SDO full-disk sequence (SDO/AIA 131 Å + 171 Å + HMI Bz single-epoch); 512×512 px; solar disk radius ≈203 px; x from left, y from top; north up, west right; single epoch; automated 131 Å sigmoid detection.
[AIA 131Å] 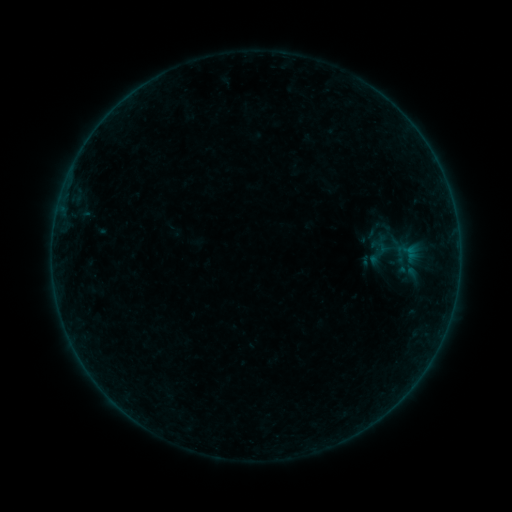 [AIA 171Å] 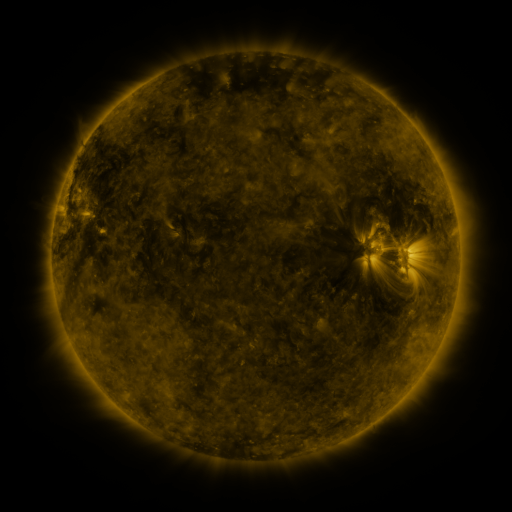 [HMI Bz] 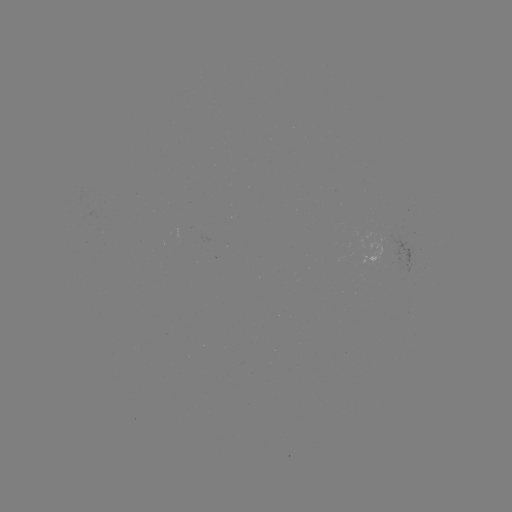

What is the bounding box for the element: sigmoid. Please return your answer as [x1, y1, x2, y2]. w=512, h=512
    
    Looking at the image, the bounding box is [365, 240, 393, 267].